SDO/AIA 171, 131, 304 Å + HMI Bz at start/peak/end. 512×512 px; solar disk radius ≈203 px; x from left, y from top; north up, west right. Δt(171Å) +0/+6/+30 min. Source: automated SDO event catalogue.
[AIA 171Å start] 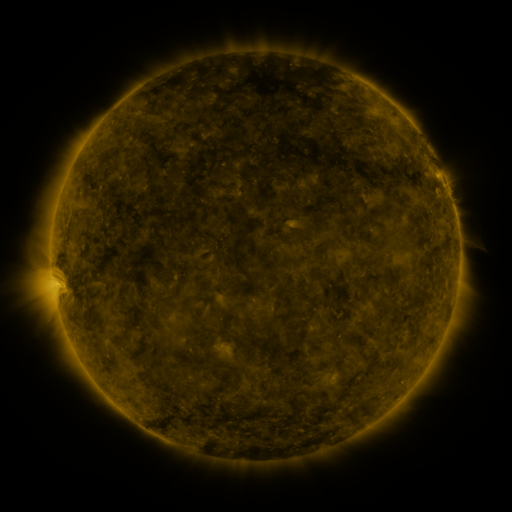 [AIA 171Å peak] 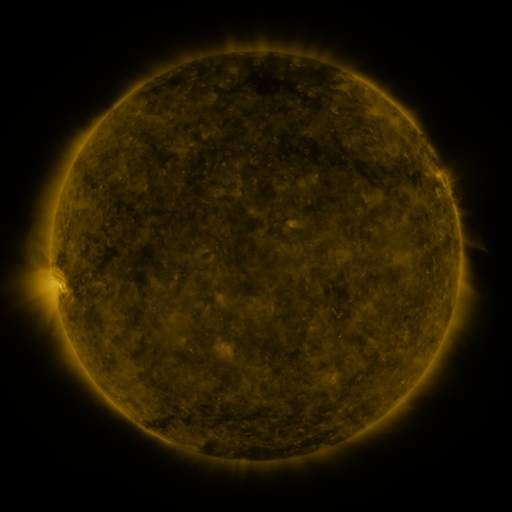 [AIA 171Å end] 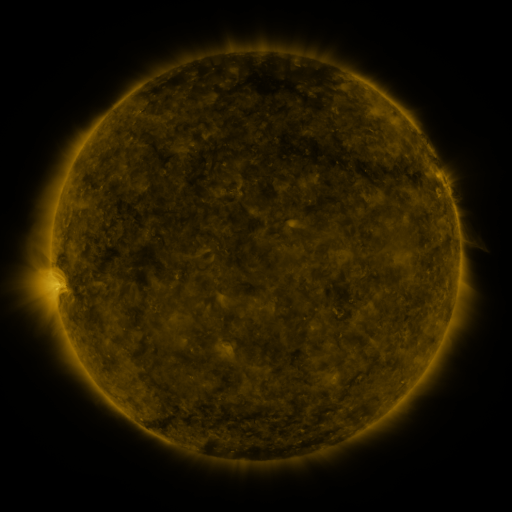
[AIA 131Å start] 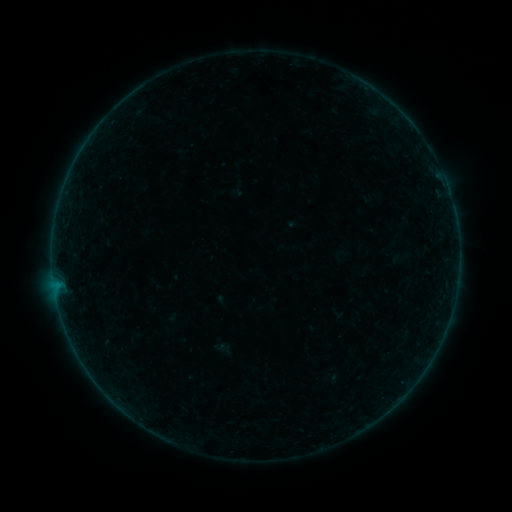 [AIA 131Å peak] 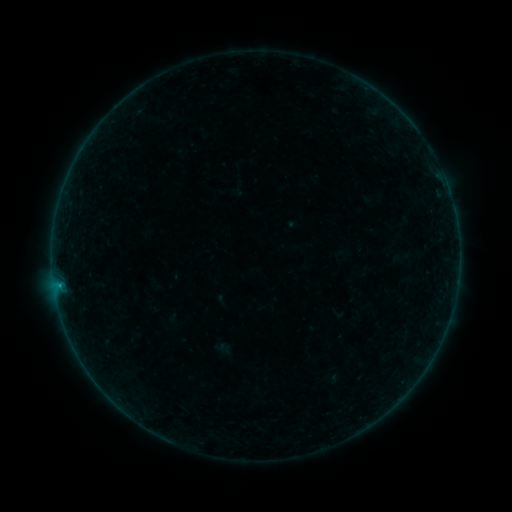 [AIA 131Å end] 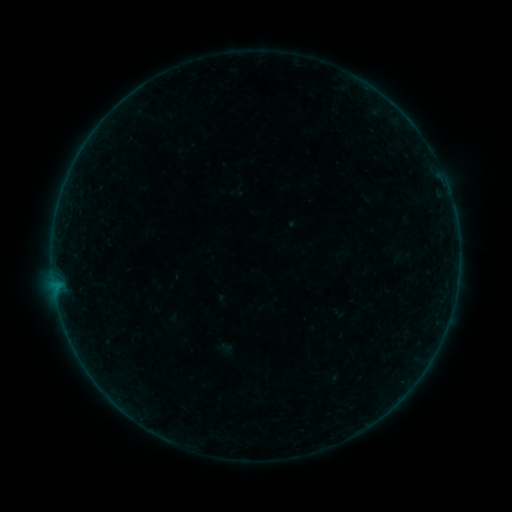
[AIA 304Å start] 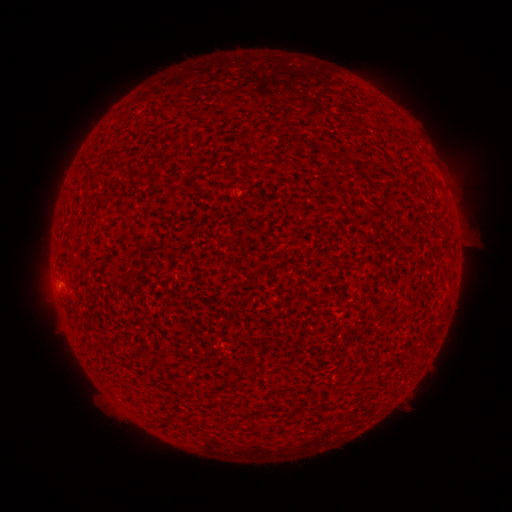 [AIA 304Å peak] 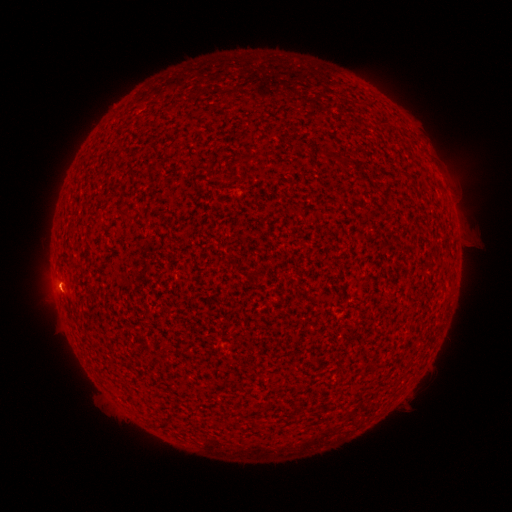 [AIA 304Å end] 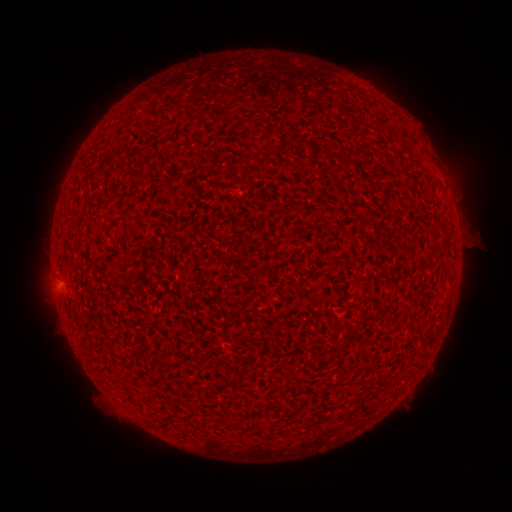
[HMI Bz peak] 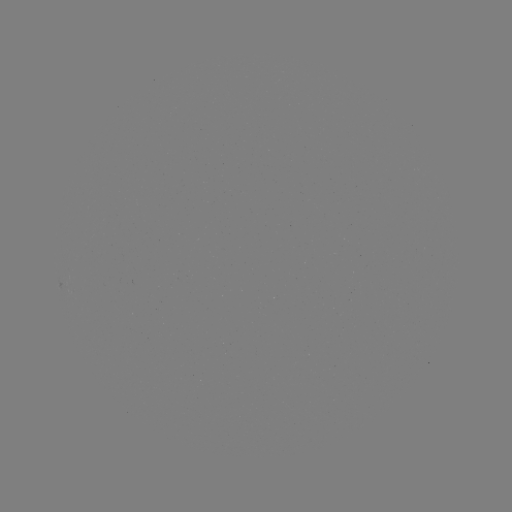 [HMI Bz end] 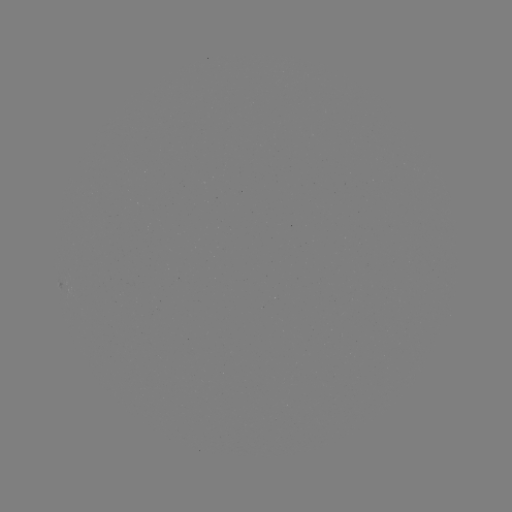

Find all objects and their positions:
B1.0 flare: (60, 285)
